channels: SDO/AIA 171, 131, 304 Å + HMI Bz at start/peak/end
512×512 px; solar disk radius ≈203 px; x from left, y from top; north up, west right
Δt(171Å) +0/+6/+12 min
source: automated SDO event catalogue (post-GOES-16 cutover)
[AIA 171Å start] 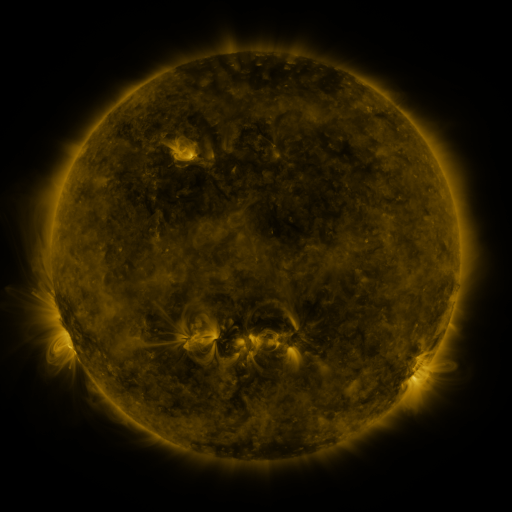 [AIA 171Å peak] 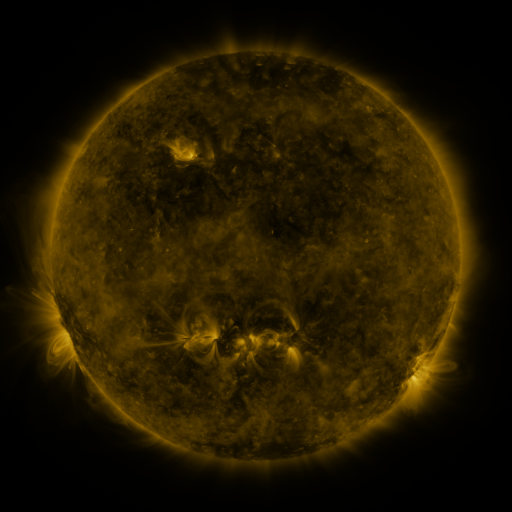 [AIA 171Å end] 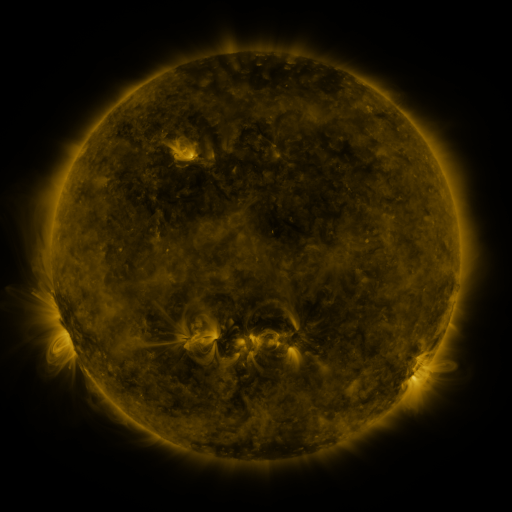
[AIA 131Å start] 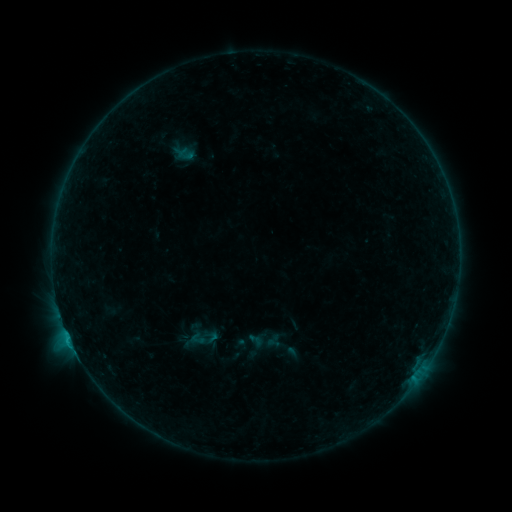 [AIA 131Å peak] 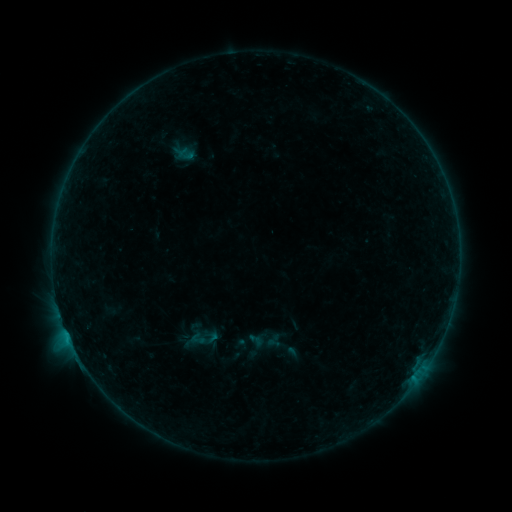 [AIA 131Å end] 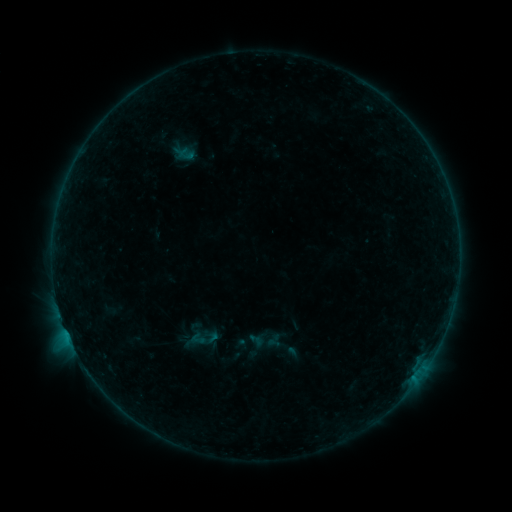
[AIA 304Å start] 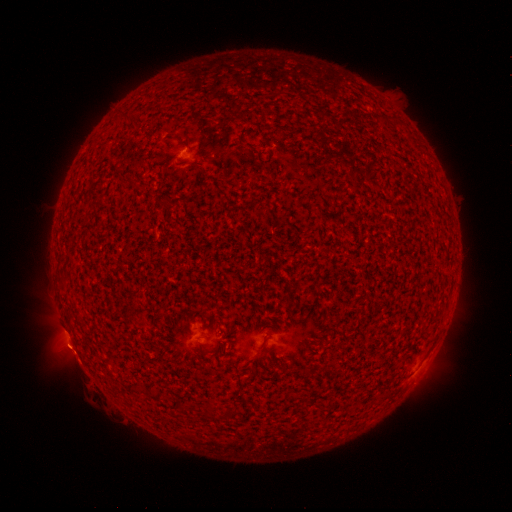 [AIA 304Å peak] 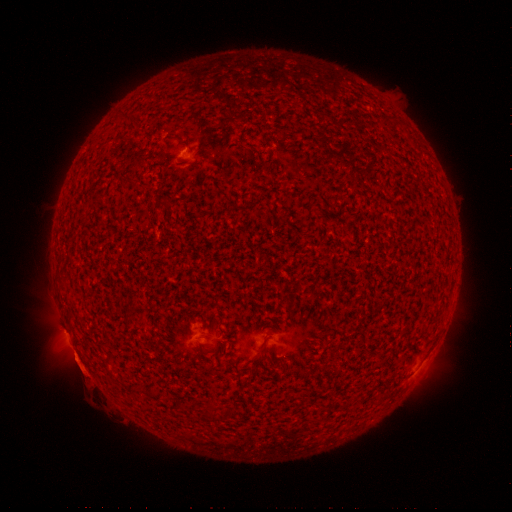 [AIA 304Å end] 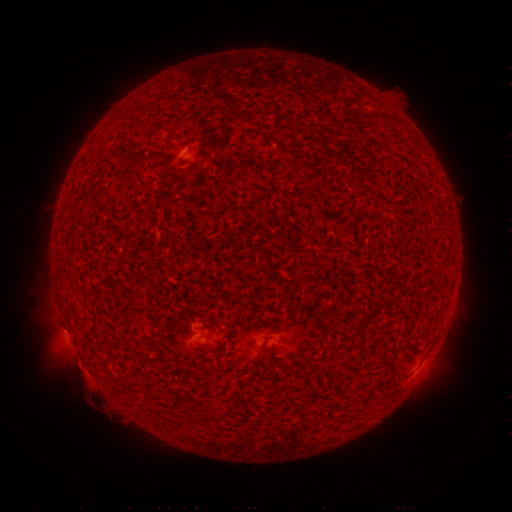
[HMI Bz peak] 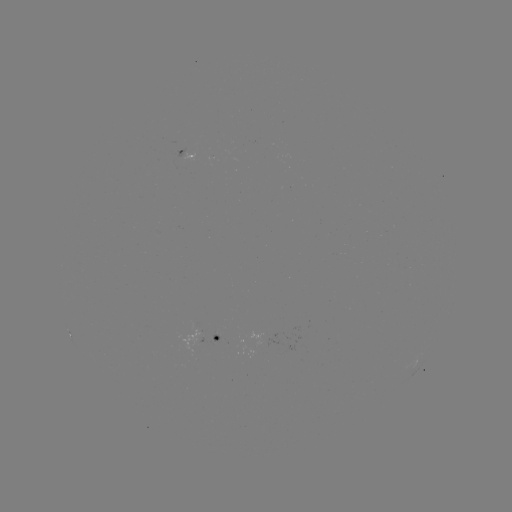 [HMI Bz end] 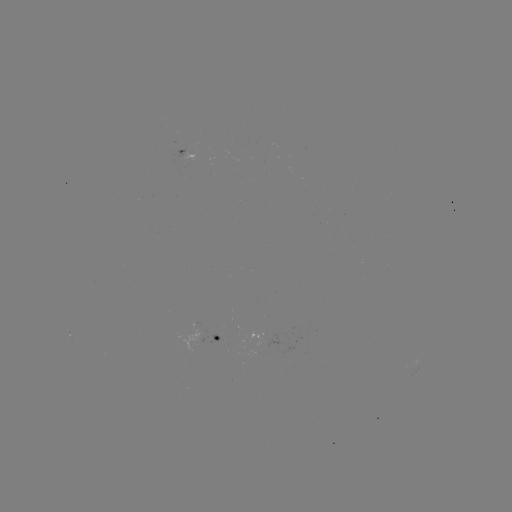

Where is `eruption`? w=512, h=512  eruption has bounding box [44, 330, 103, 387].